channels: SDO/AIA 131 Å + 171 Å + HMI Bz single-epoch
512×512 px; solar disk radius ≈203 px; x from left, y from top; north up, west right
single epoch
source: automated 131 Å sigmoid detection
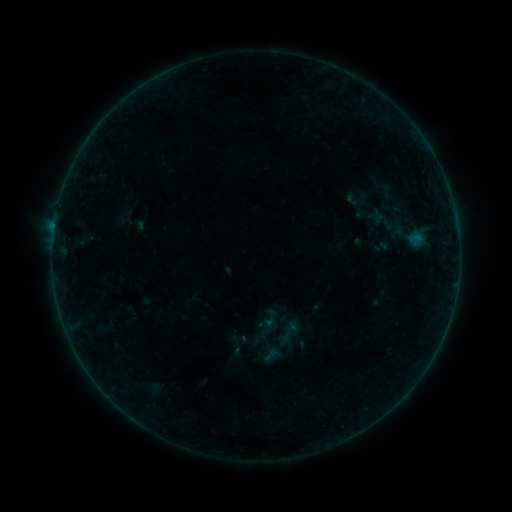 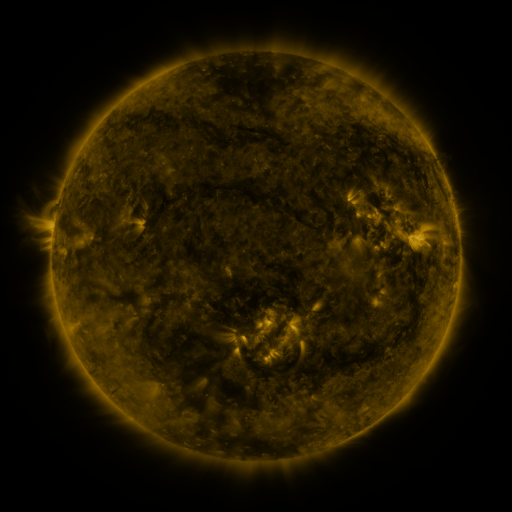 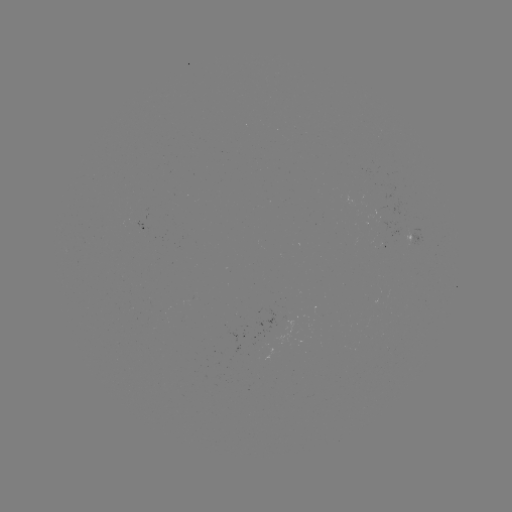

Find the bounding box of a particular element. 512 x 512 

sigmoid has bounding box [347, 190, 371, 208].